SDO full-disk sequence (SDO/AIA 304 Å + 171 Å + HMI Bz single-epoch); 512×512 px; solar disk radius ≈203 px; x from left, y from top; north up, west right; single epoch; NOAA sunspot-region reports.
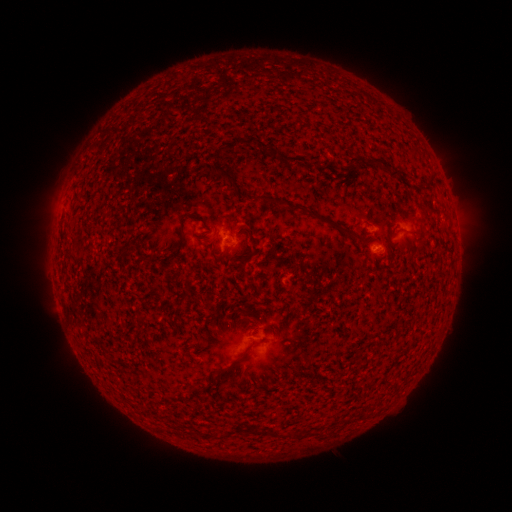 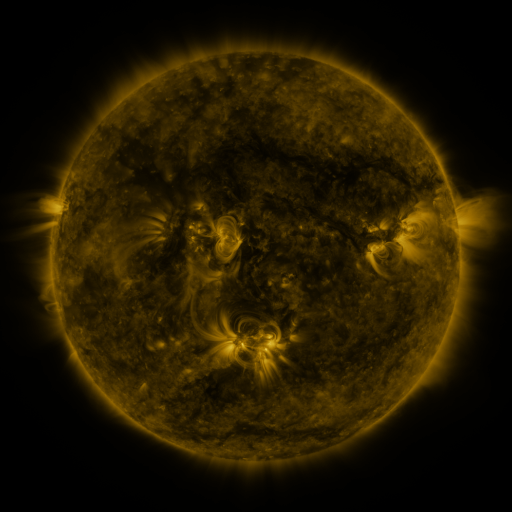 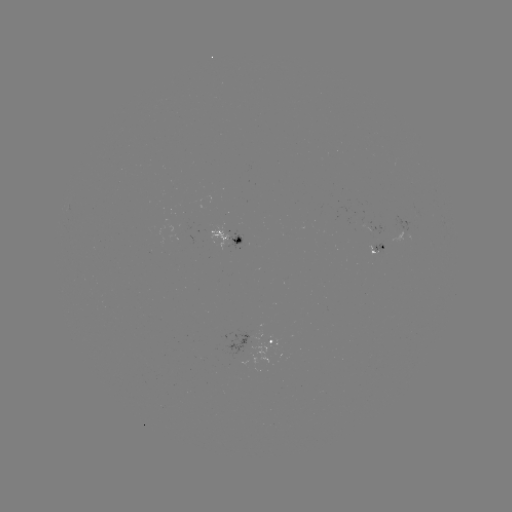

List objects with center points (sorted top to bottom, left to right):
spotted active region: (228, 238)
spotted active region: (383, 247)
spotted active region: (272, 342)
